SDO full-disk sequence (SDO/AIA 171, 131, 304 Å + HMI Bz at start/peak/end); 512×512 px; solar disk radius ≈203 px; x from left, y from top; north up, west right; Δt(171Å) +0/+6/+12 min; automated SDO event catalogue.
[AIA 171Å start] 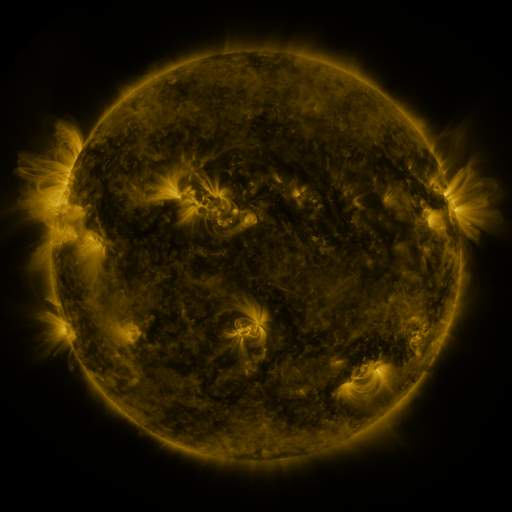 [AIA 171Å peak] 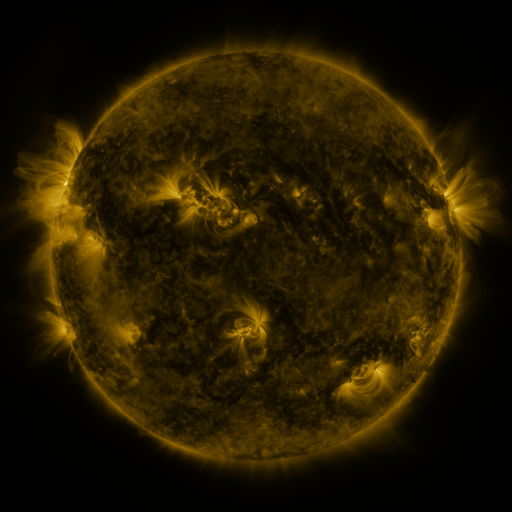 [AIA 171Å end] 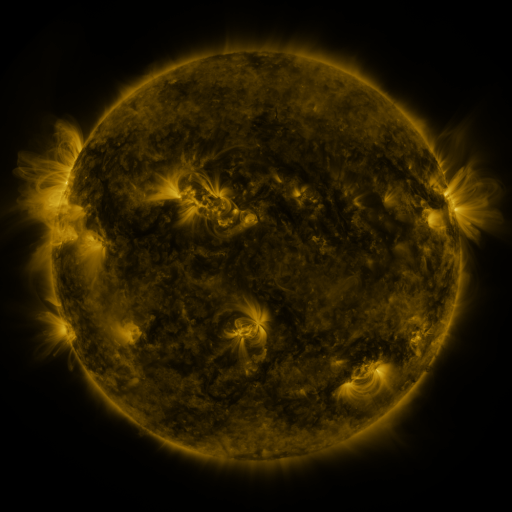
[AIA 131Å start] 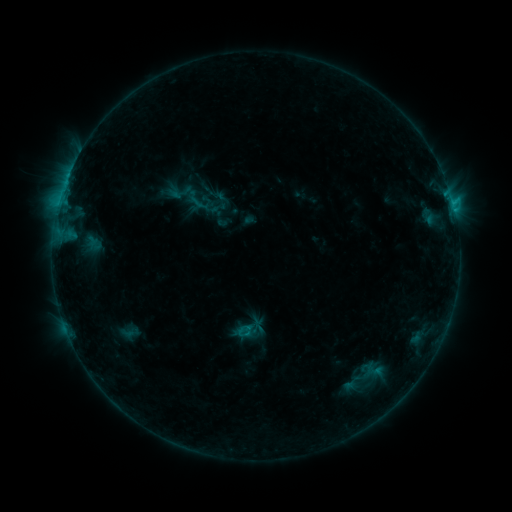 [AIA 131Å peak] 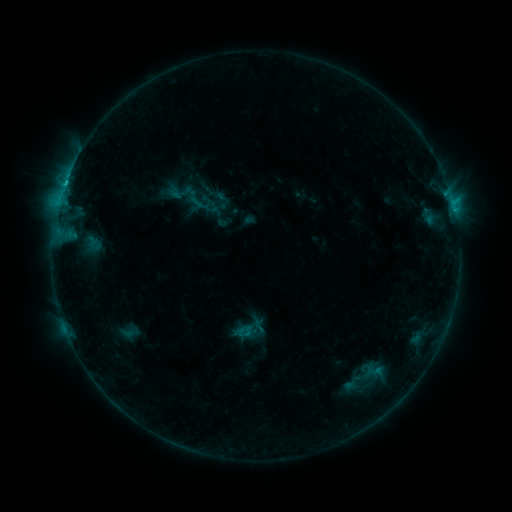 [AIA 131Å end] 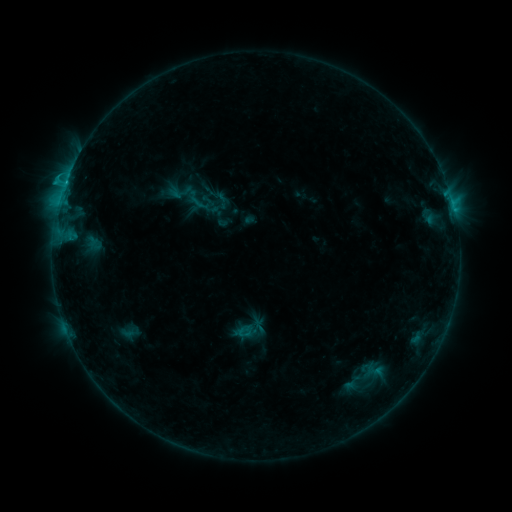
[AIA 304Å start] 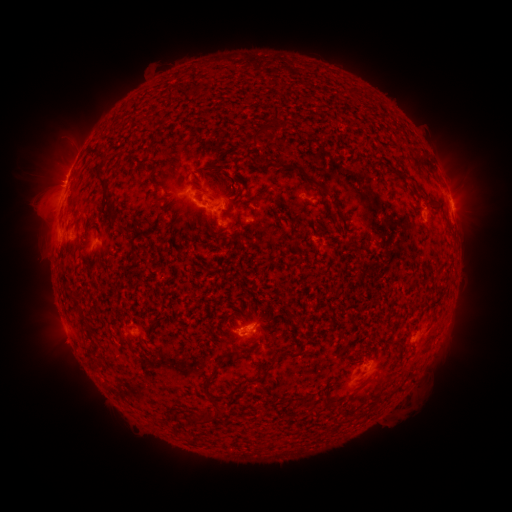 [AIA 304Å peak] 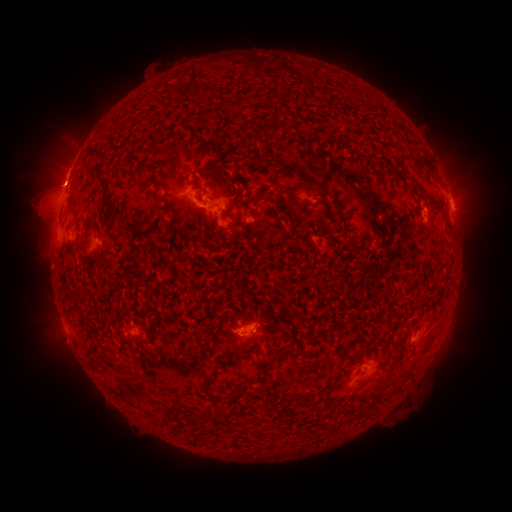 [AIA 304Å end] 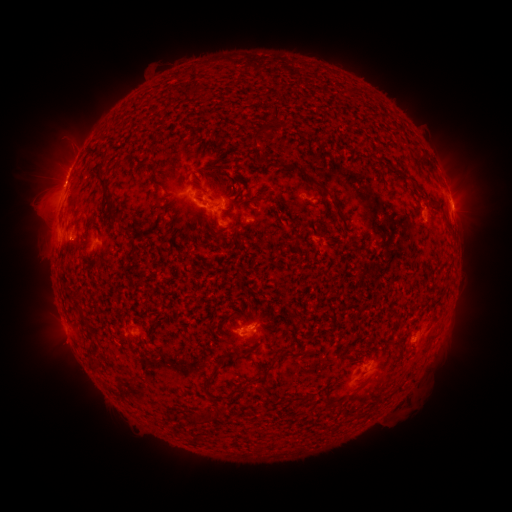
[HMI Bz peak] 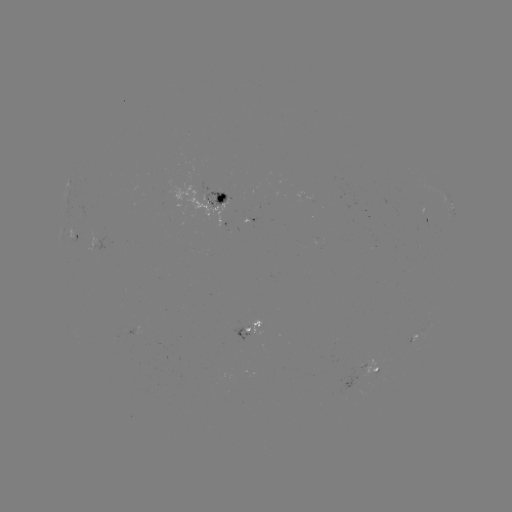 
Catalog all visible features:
C1.7 flare: (65, 188)
